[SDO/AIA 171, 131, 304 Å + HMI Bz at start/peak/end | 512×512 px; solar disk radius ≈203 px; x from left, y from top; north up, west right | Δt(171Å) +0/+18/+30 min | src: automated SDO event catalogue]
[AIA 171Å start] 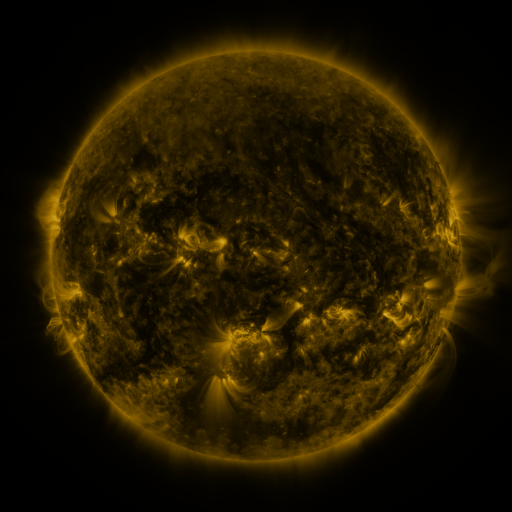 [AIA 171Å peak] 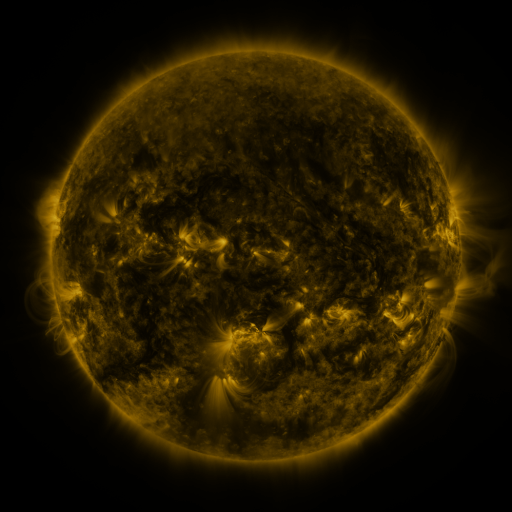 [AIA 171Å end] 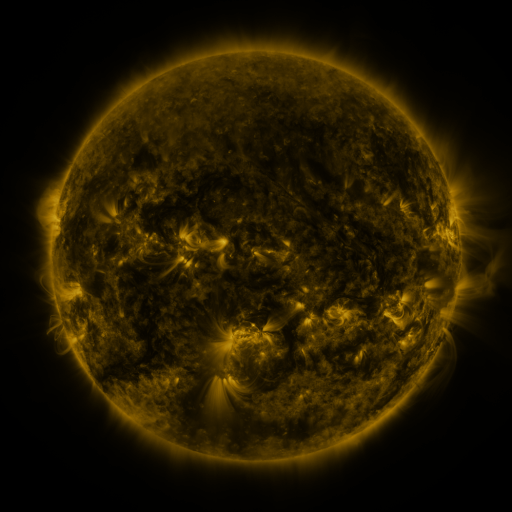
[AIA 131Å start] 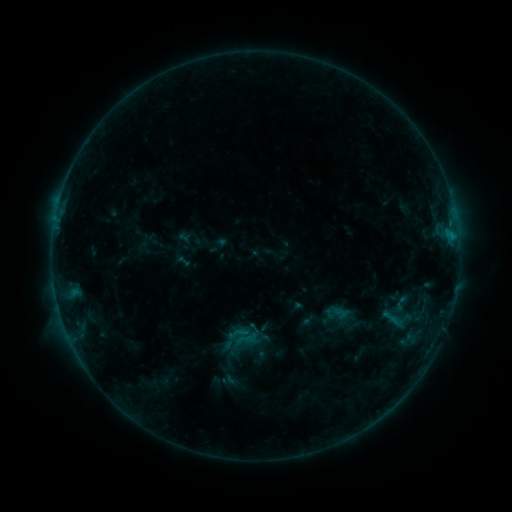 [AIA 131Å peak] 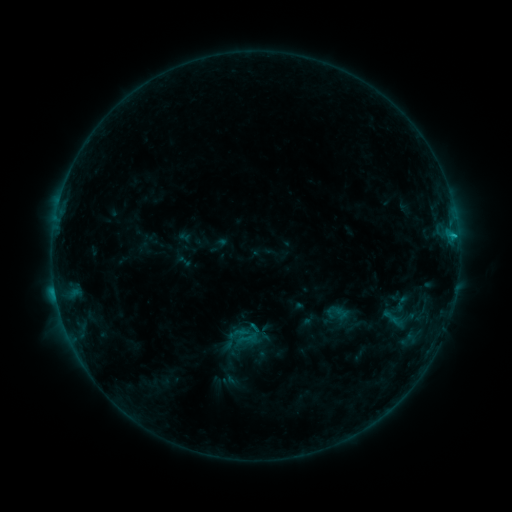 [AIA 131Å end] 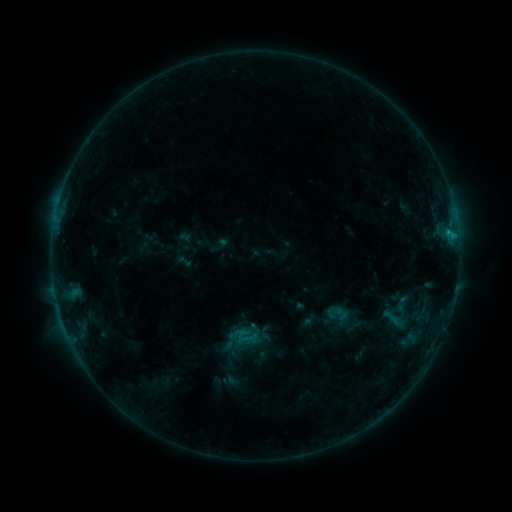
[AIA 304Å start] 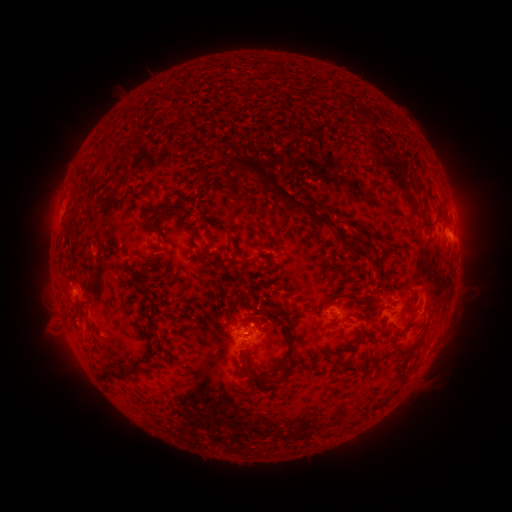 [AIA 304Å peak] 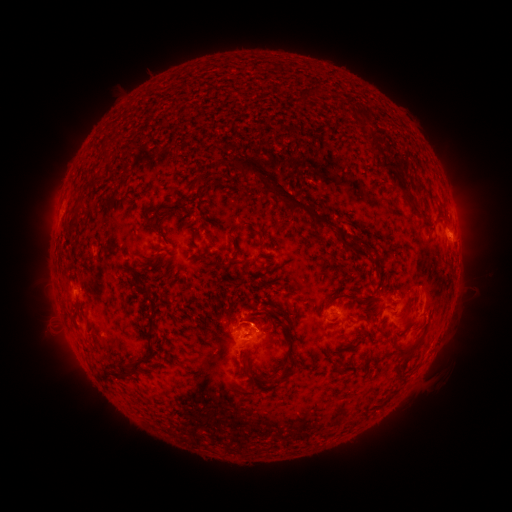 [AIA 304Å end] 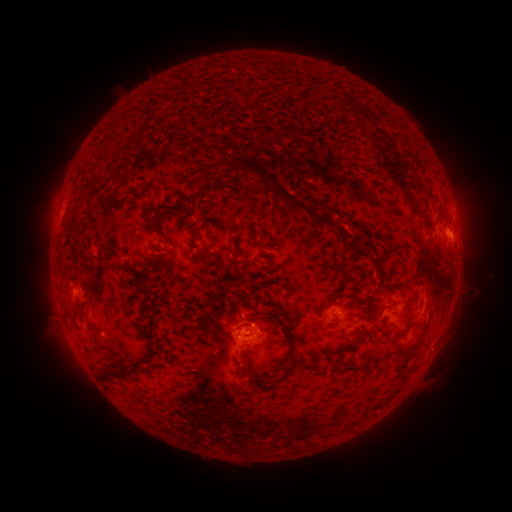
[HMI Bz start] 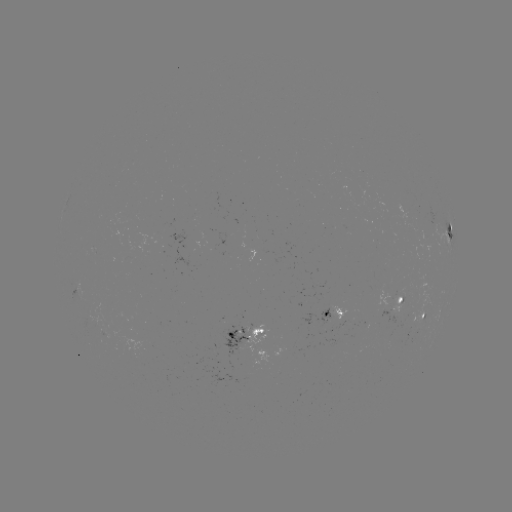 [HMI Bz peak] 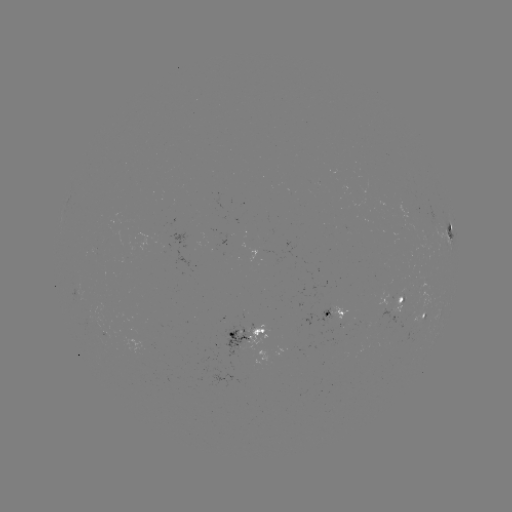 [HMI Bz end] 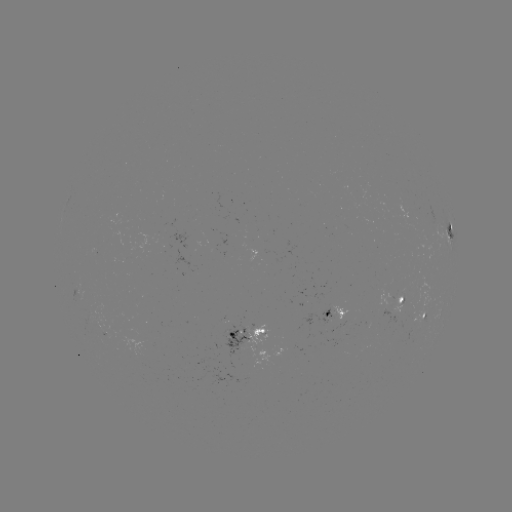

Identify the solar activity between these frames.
C1.5 flare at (454, 236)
